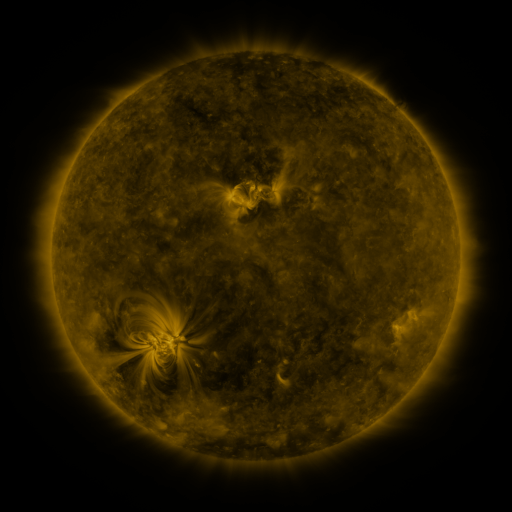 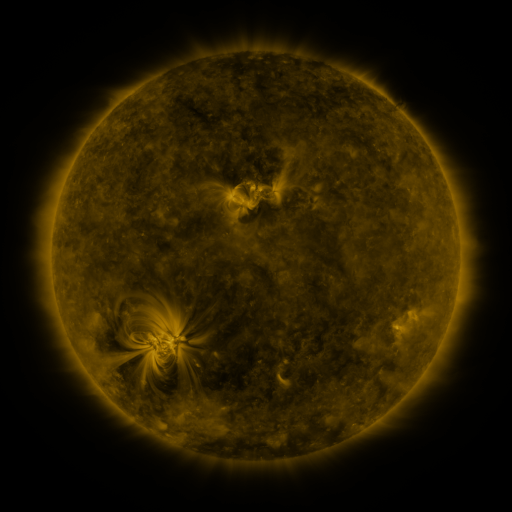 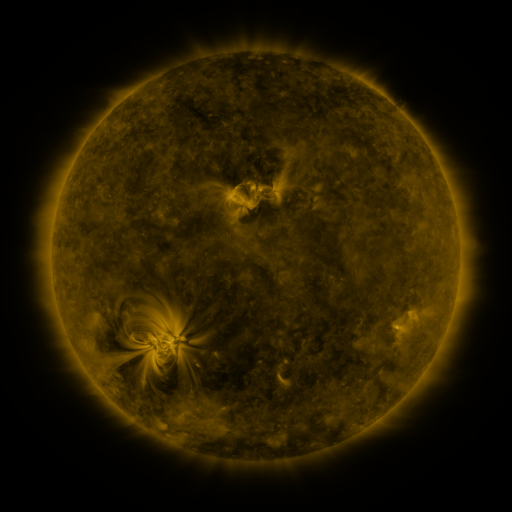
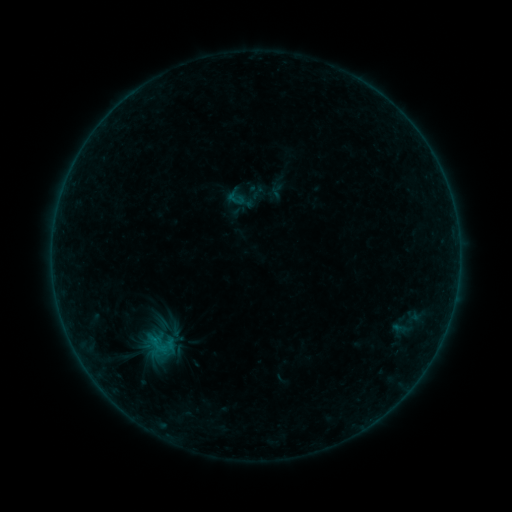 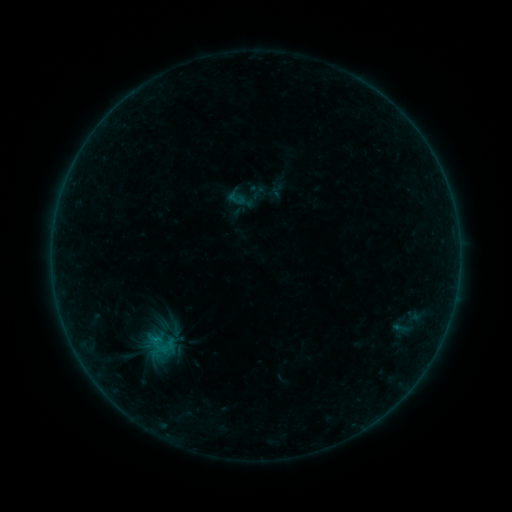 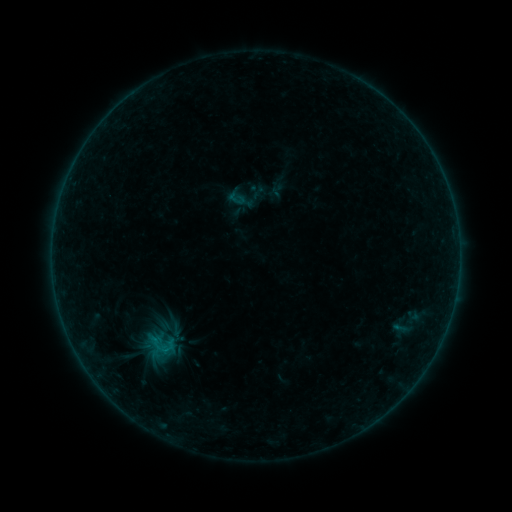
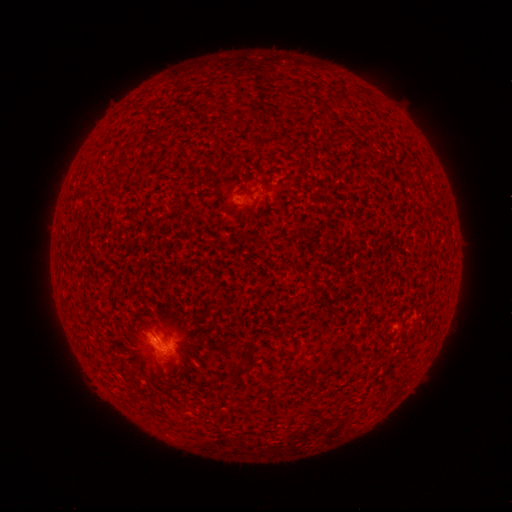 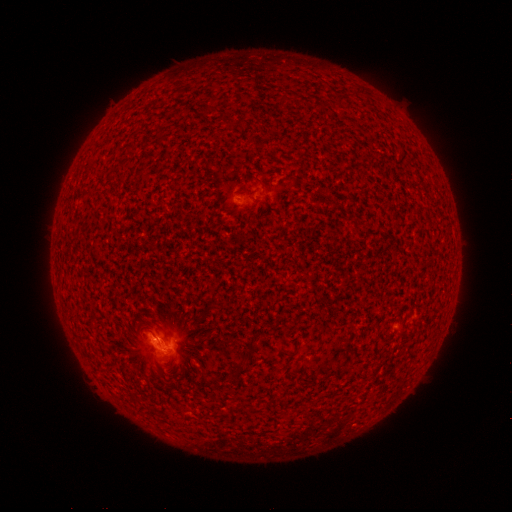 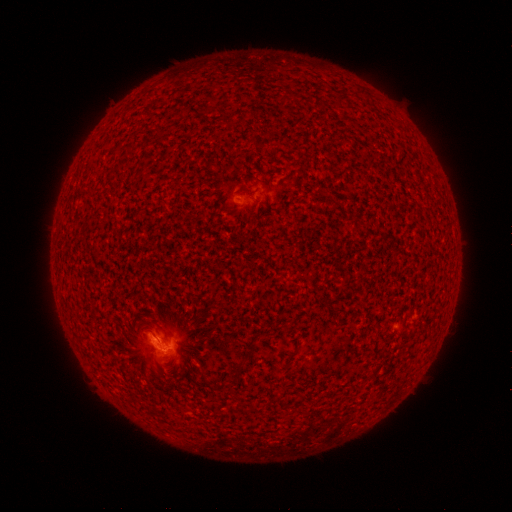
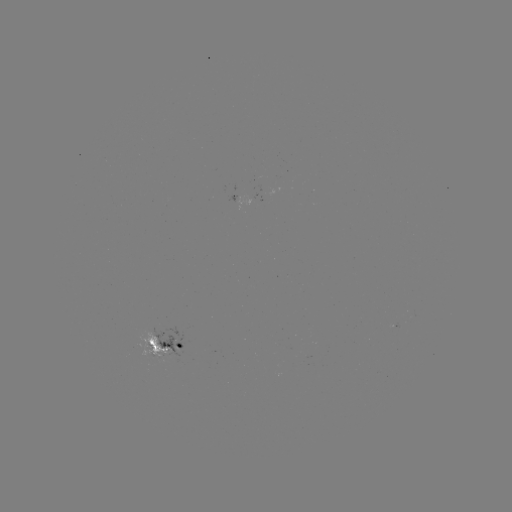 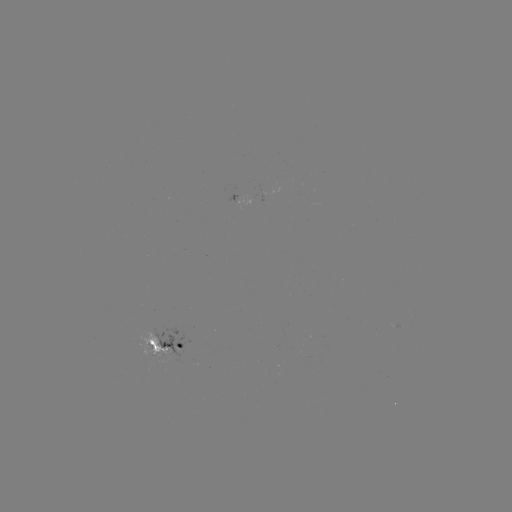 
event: flare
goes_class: B3.6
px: (157, 339)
